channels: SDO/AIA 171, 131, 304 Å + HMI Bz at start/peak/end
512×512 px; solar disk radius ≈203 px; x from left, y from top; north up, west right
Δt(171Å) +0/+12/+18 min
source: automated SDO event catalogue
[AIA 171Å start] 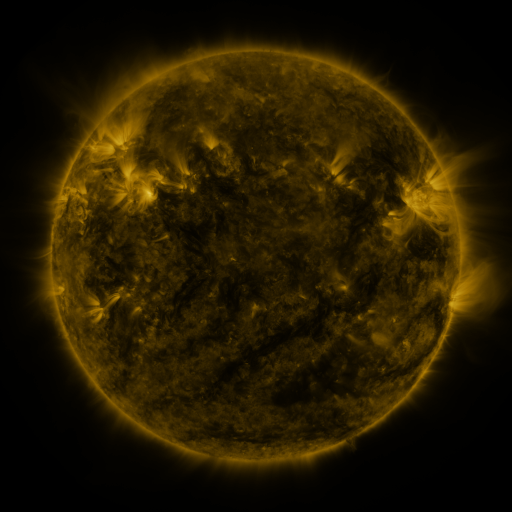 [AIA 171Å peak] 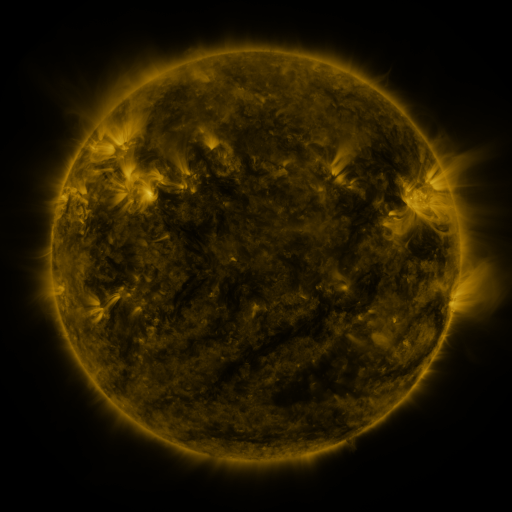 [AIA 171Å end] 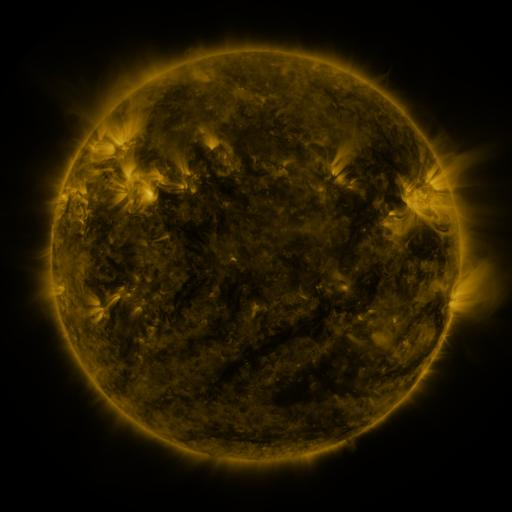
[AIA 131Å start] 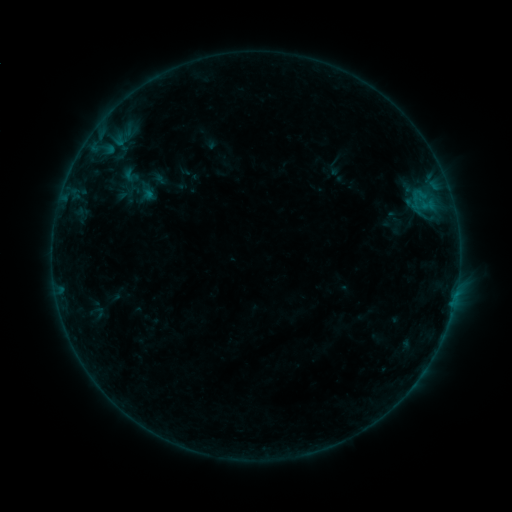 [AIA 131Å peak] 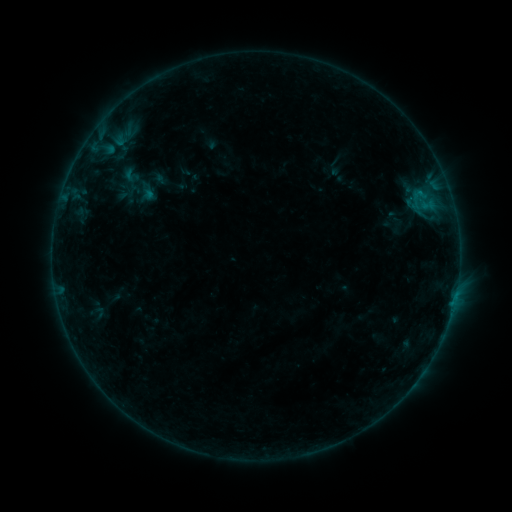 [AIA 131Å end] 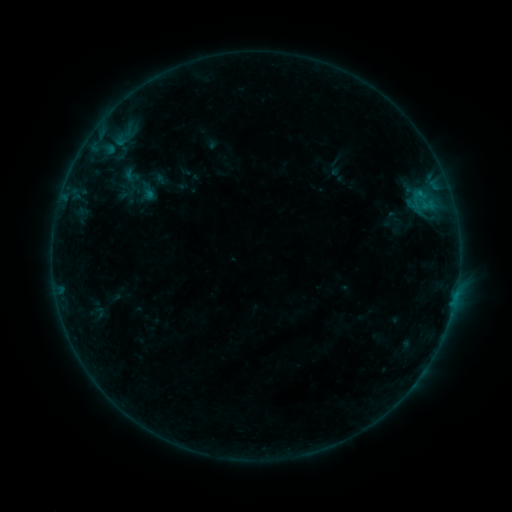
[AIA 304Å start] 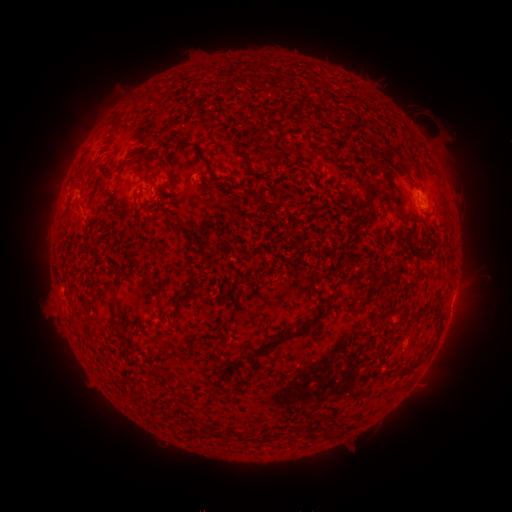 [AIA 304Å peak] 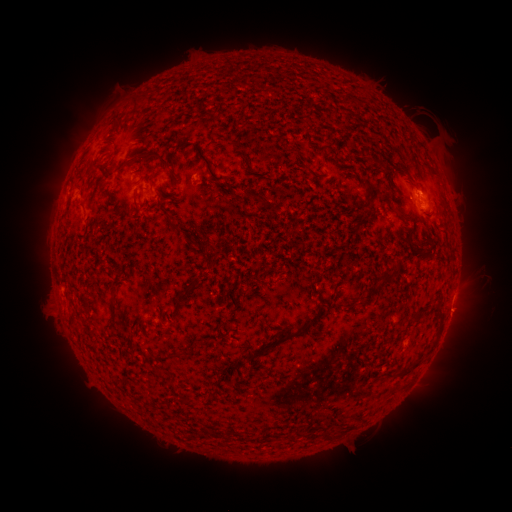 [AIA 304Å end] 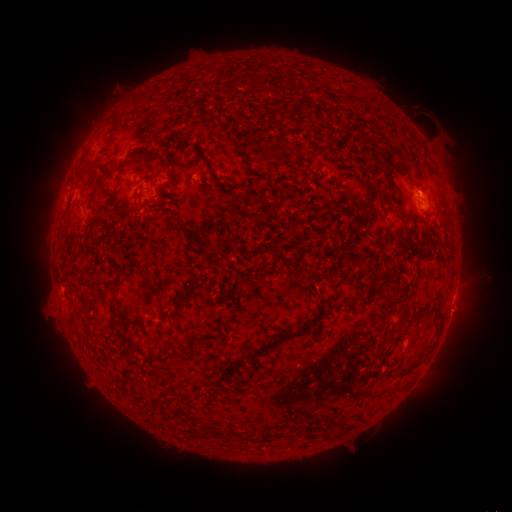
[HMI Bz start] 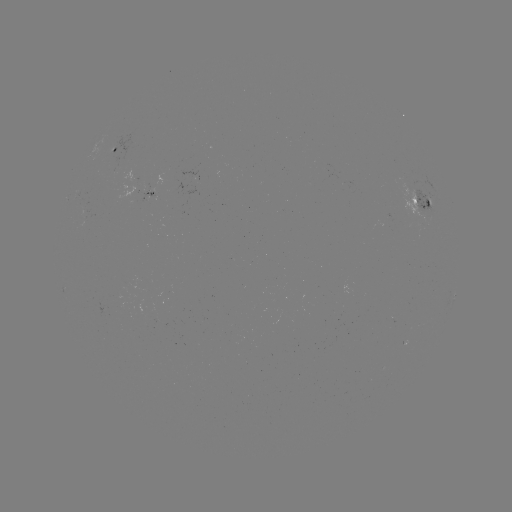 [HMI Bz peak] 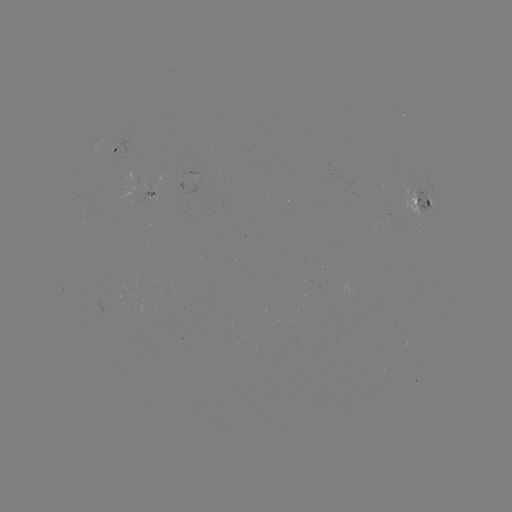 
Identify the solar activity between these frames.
B3.4 flare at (419, 196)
